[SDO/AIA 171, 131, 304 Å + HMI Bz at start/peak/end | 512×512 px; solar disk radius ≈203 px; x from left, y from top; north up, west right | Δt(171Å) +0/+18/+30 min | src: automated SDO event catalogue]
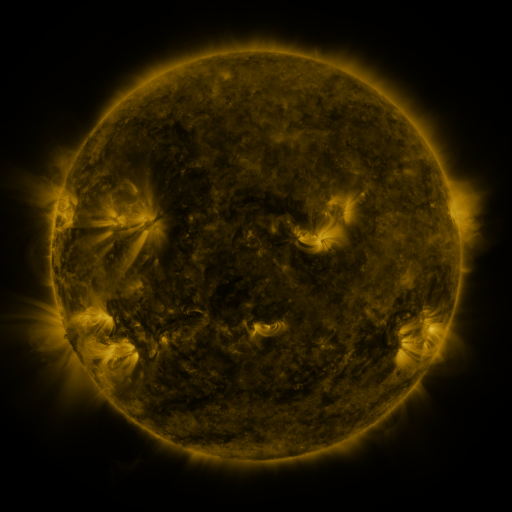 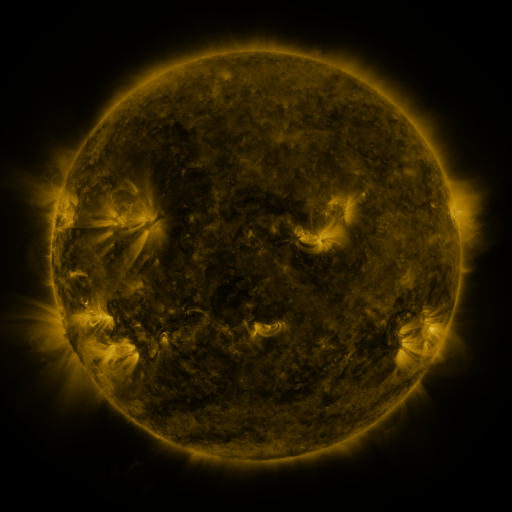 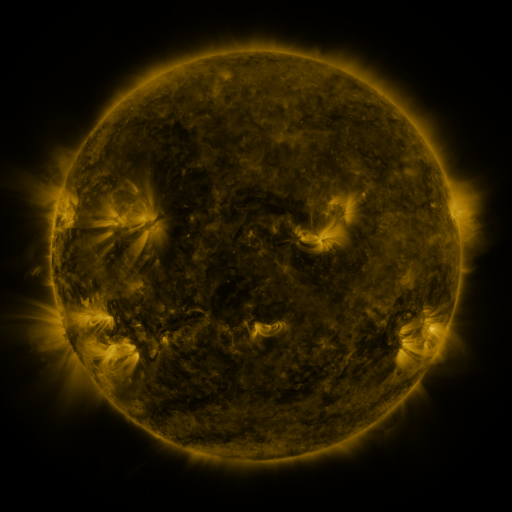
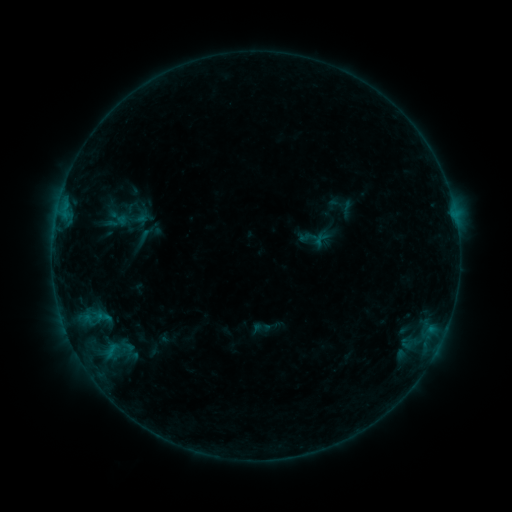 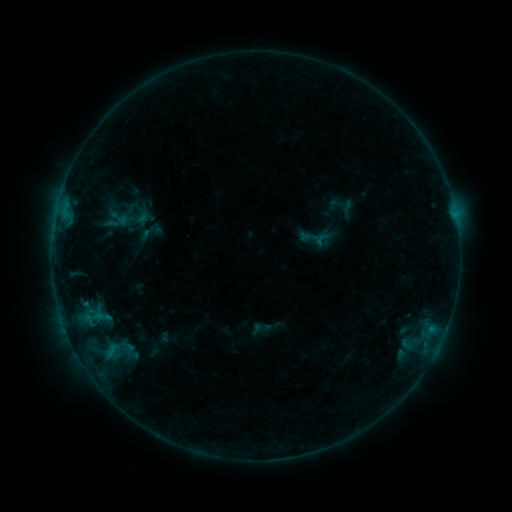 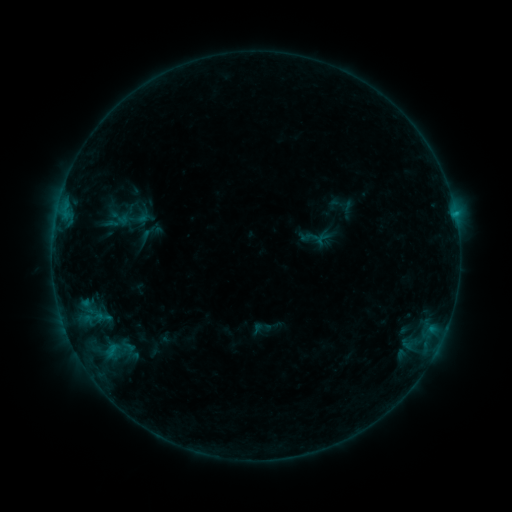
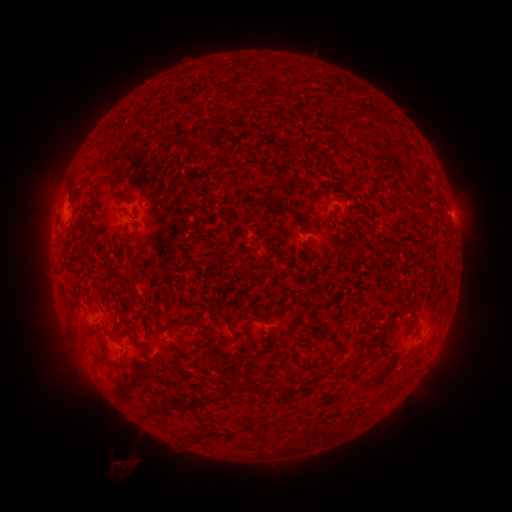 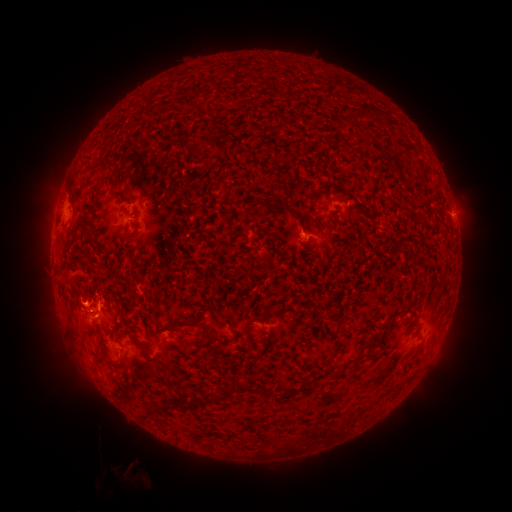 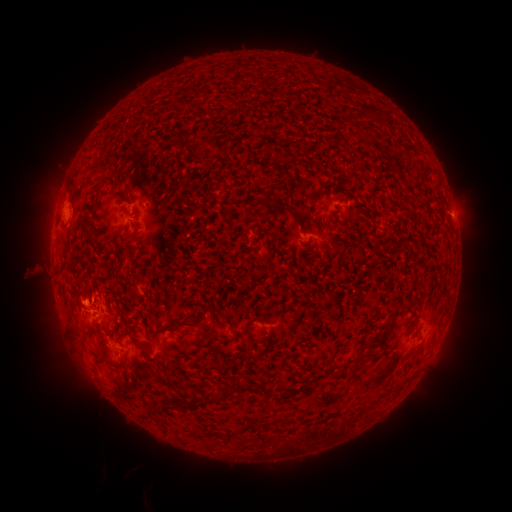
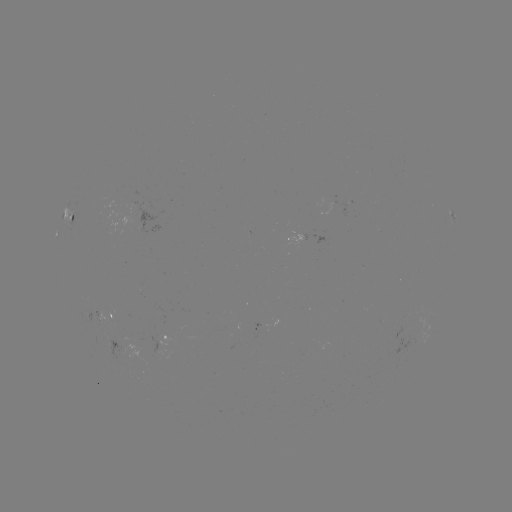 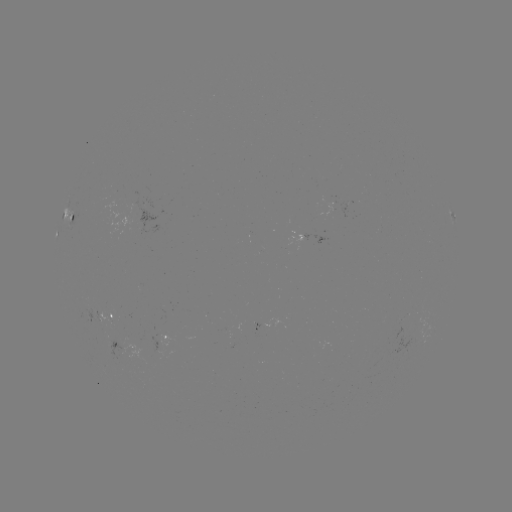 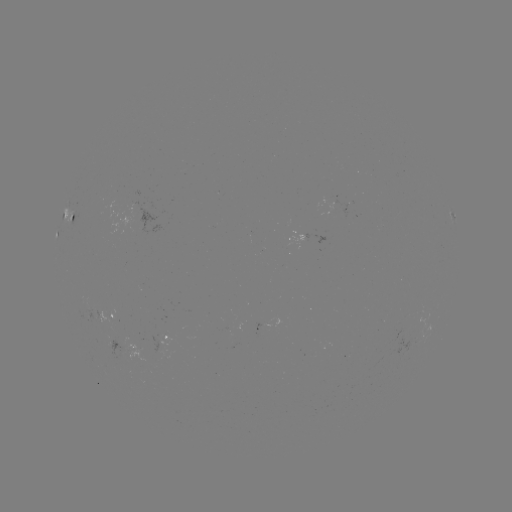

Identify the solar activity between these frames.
eruption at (82, 283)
